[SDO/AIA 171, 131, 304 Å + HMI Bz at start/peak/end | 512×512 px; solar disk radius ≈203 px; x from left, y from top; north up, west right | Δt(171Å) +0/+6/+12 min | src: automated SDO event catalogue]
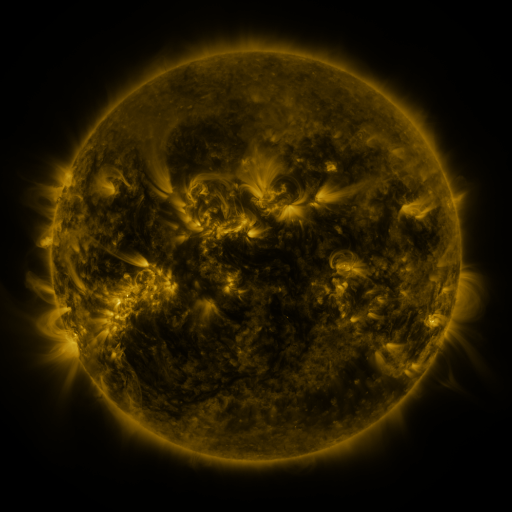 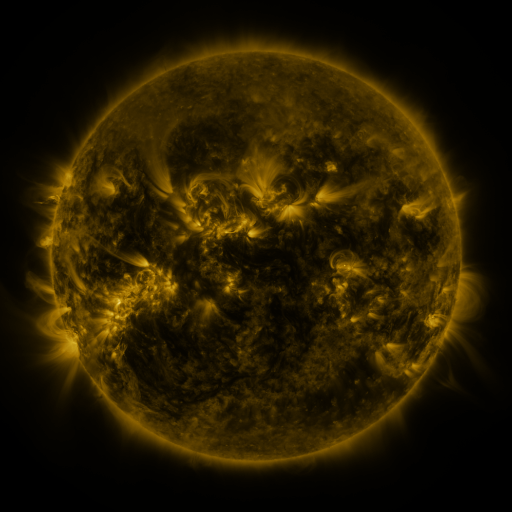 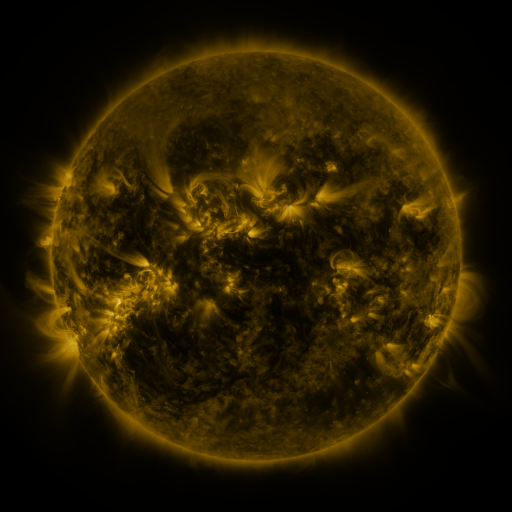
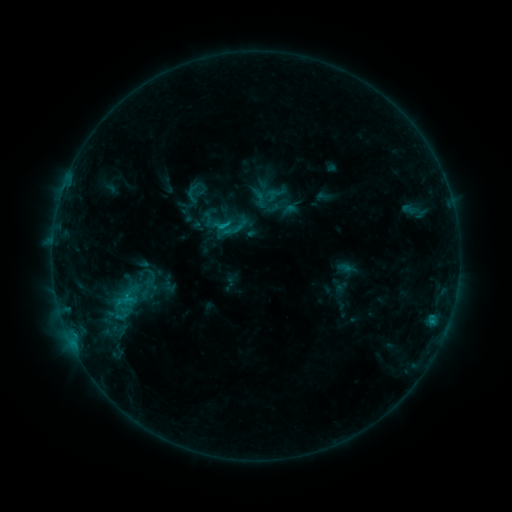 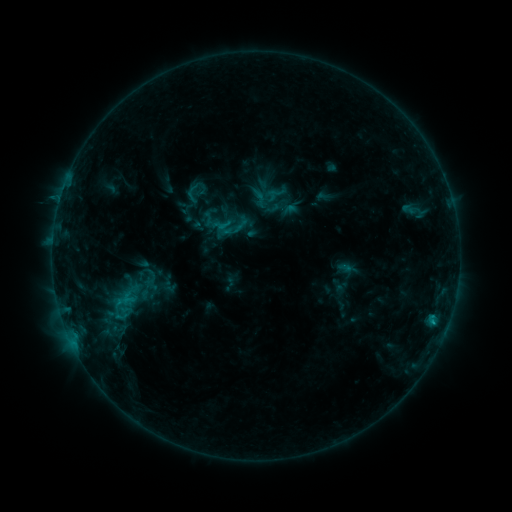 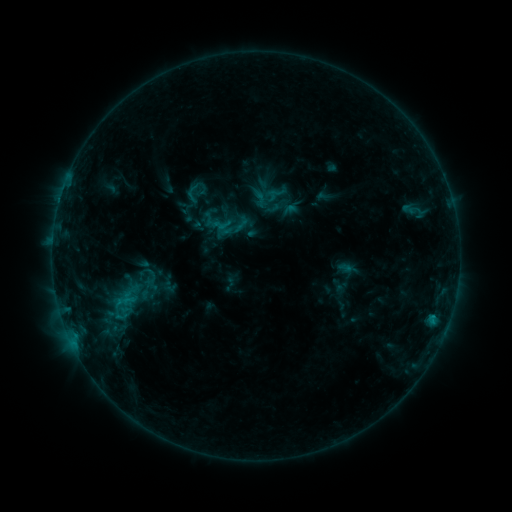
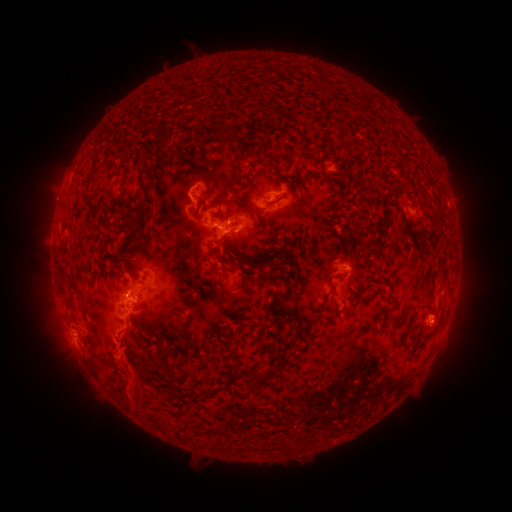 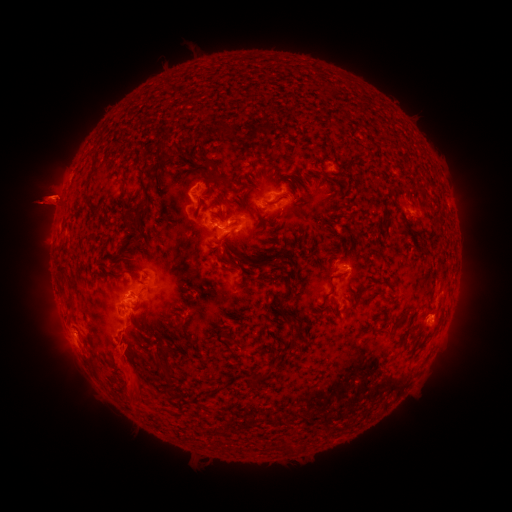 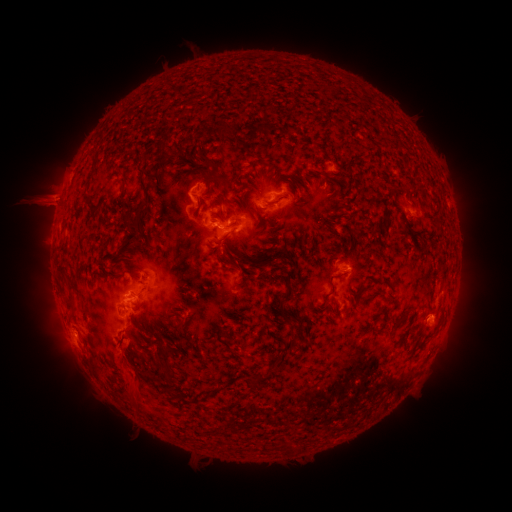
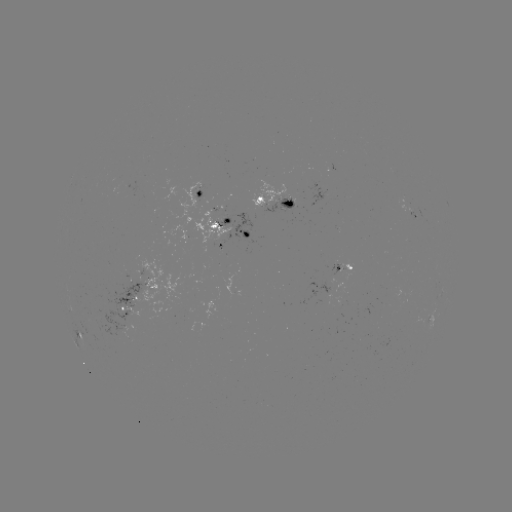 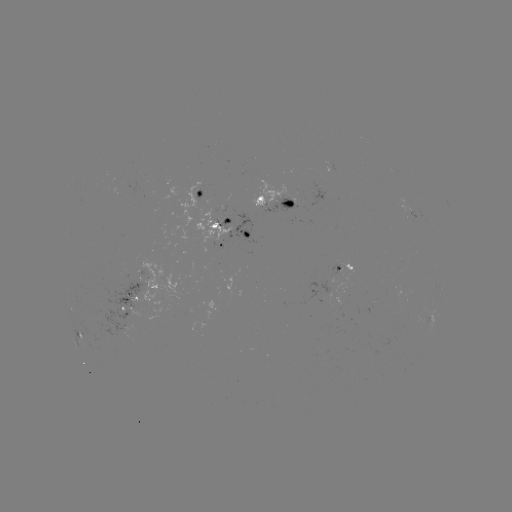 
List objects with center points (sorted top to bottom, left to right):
eruption: (43, 200)
